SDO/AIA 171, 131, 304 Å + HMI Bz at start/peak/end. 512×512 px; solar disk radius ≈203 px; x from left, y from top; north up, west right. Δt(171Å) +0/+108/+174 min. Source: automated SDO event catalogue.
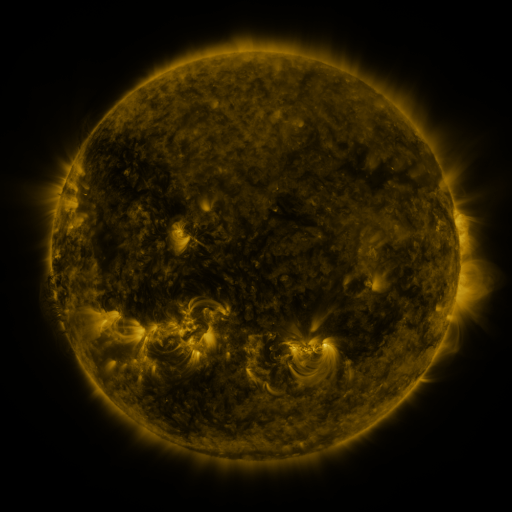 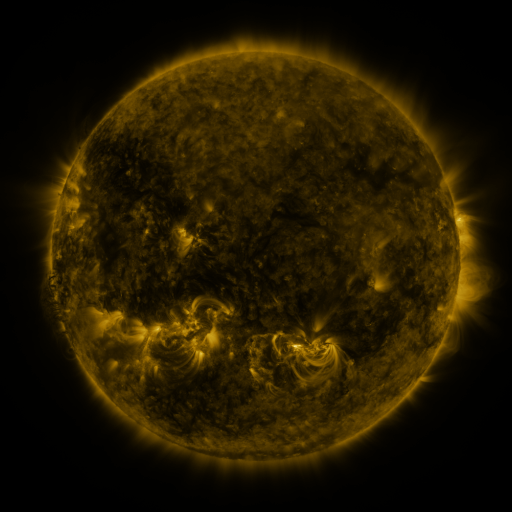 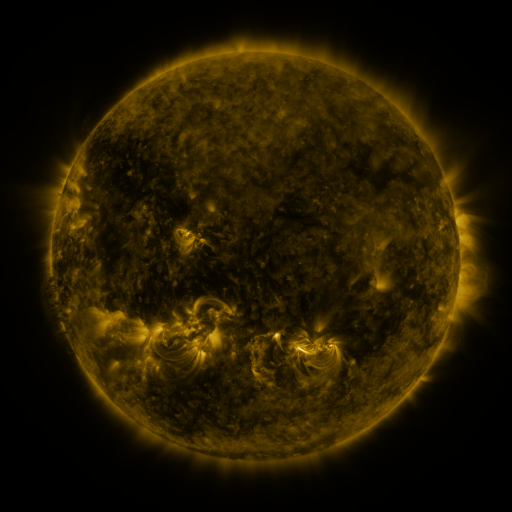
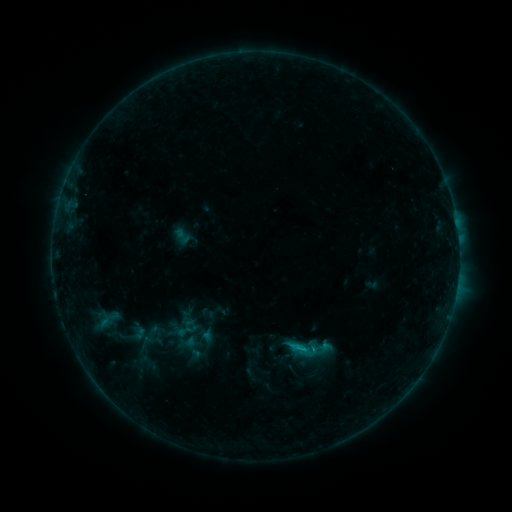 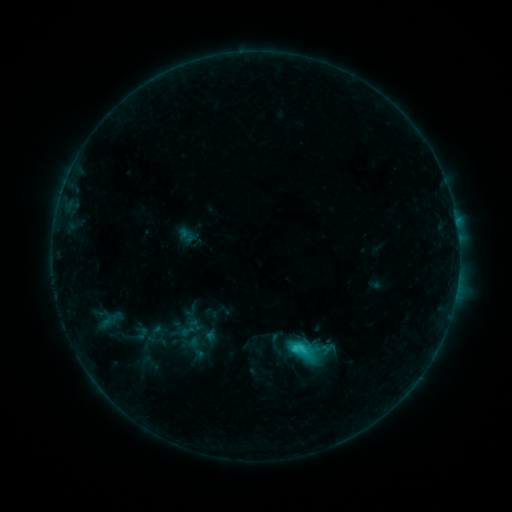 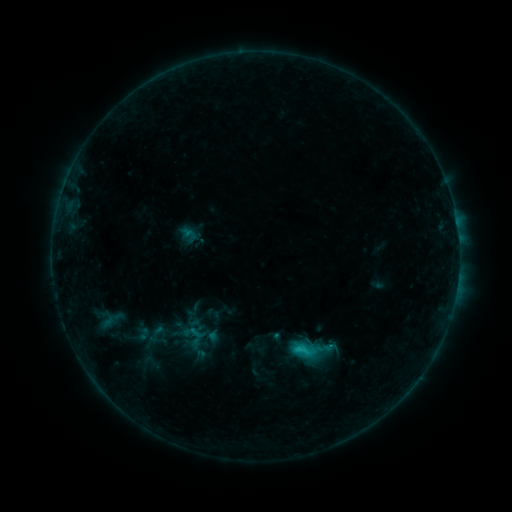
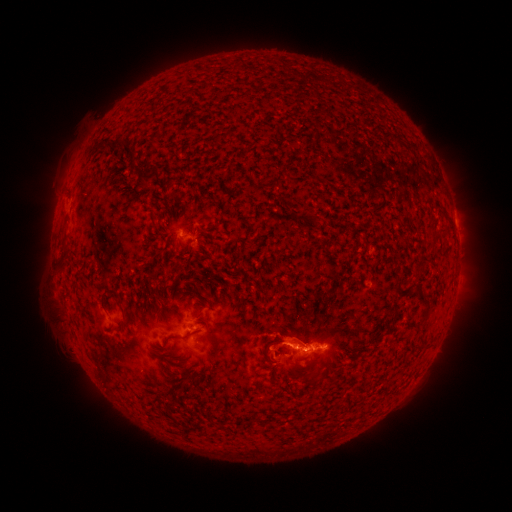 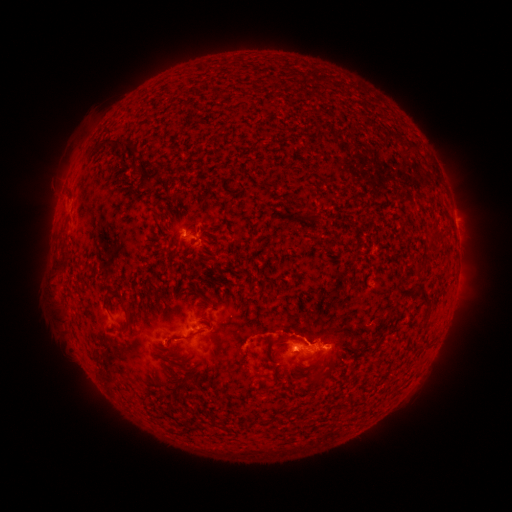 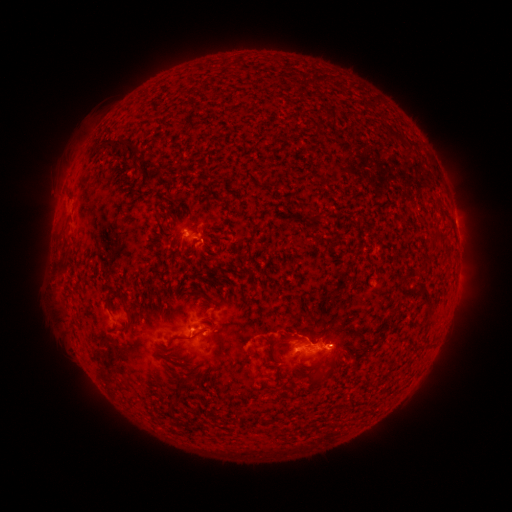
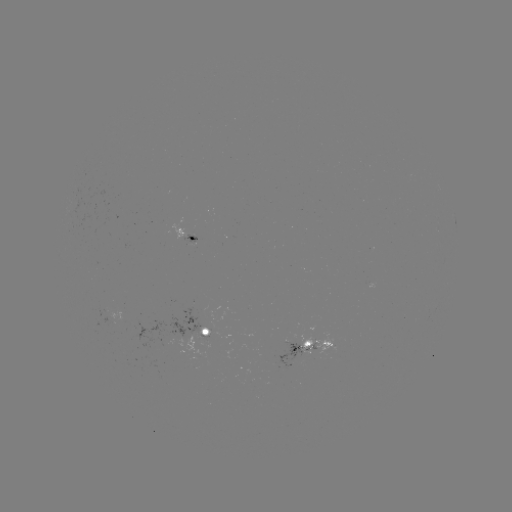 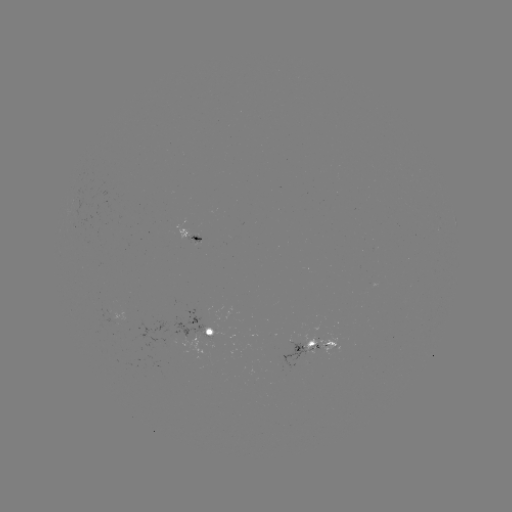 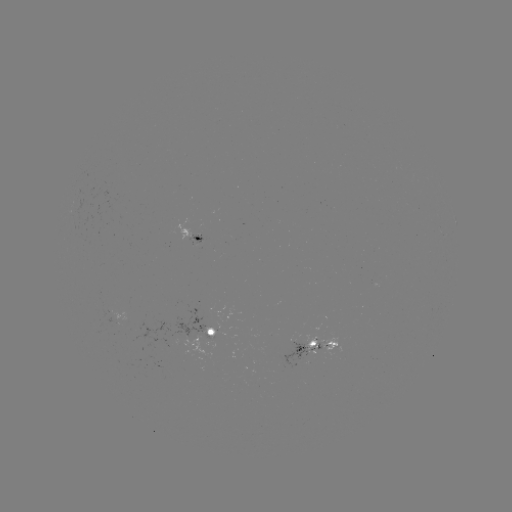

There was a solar flare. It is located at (299, 348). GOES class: C2.6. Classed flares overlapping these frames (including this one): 2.